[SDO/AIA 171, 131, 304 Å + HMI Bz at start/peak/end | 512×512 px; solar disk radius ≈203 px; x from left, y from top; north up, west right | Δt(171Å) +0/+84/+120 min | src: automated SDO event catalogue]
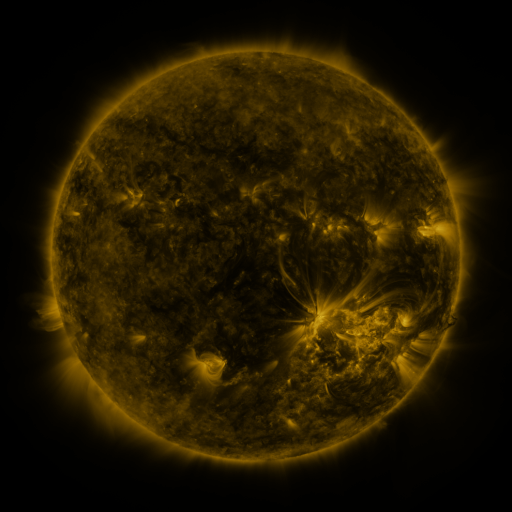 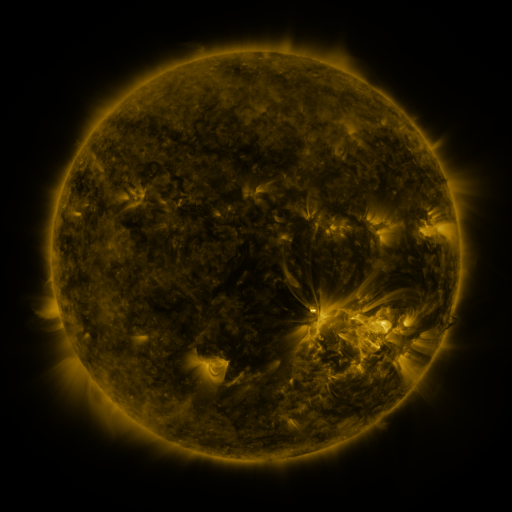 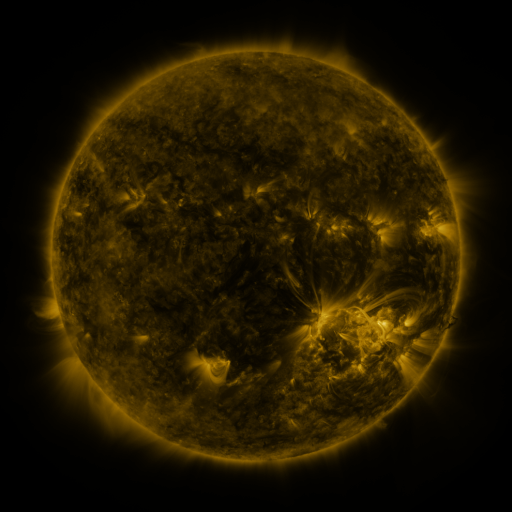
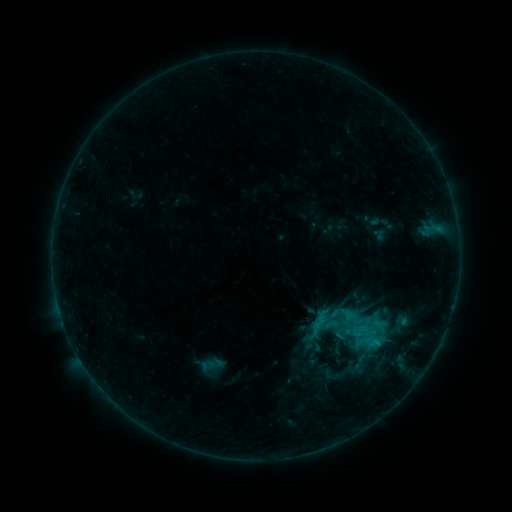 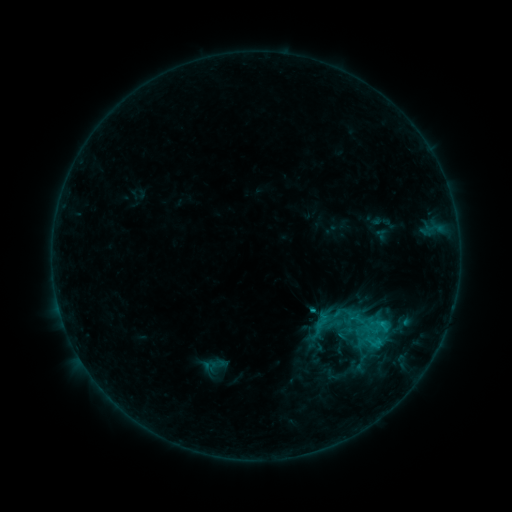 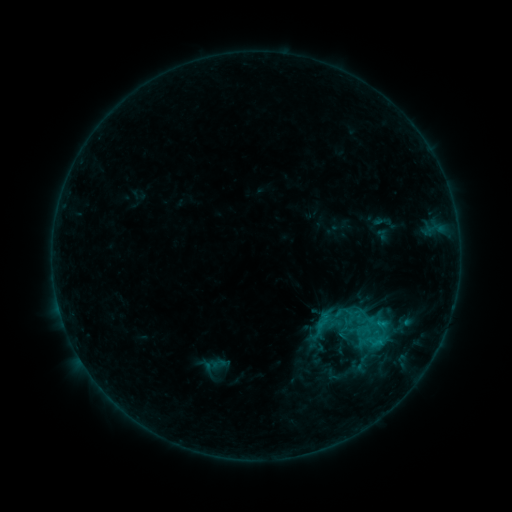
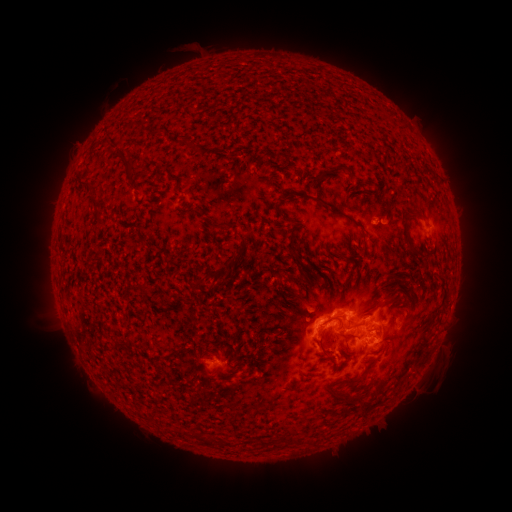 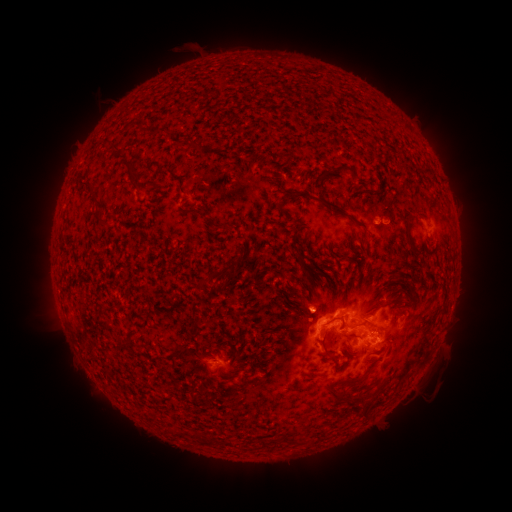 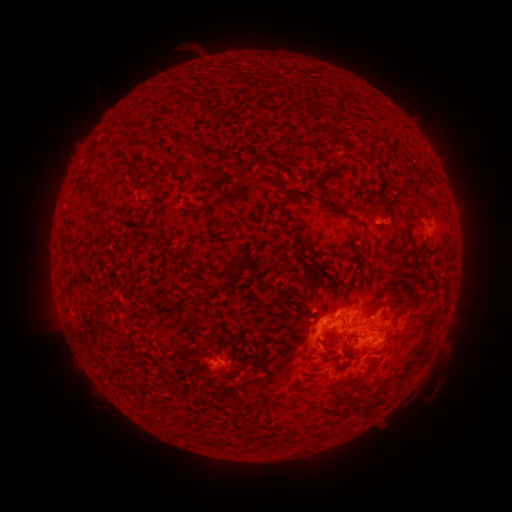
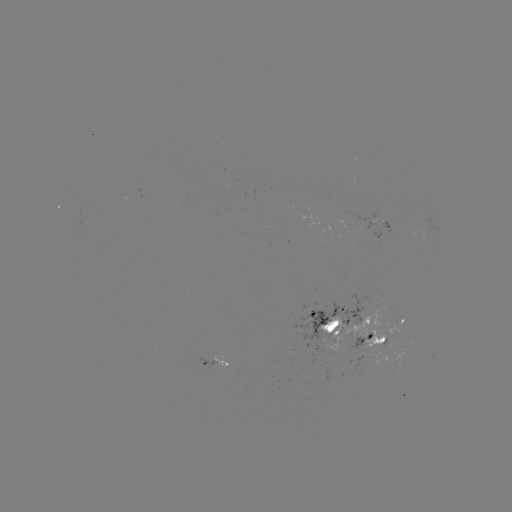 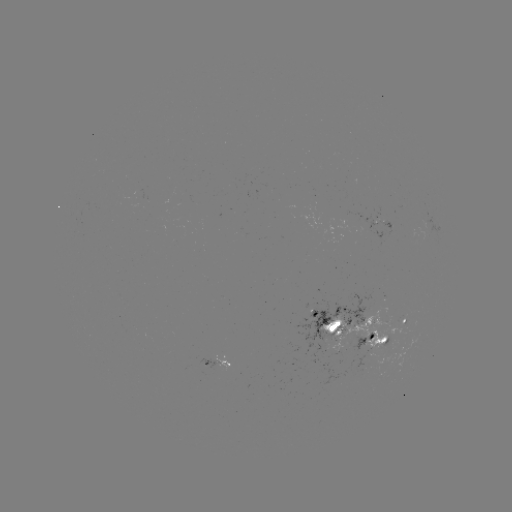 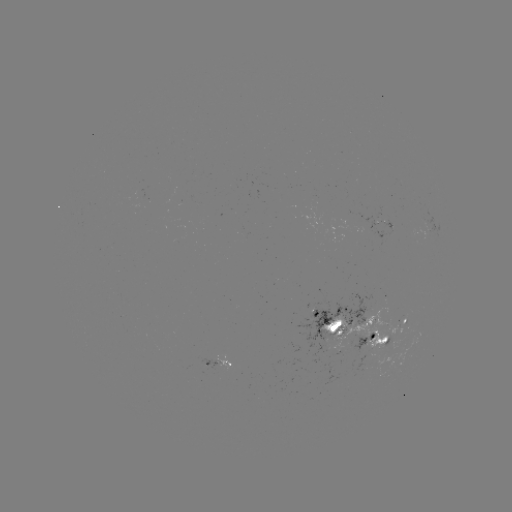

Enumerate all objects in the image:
emerging-flux region: (309, 218)
